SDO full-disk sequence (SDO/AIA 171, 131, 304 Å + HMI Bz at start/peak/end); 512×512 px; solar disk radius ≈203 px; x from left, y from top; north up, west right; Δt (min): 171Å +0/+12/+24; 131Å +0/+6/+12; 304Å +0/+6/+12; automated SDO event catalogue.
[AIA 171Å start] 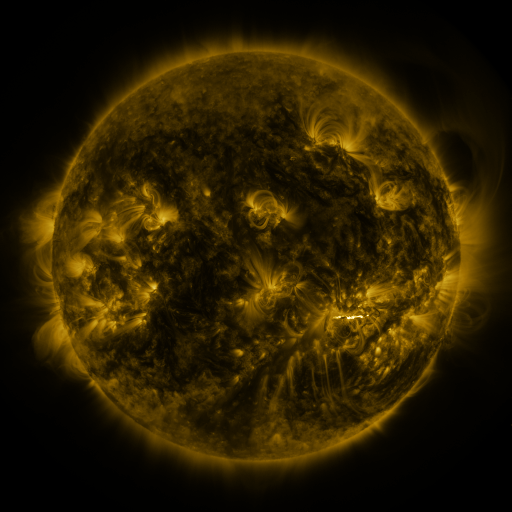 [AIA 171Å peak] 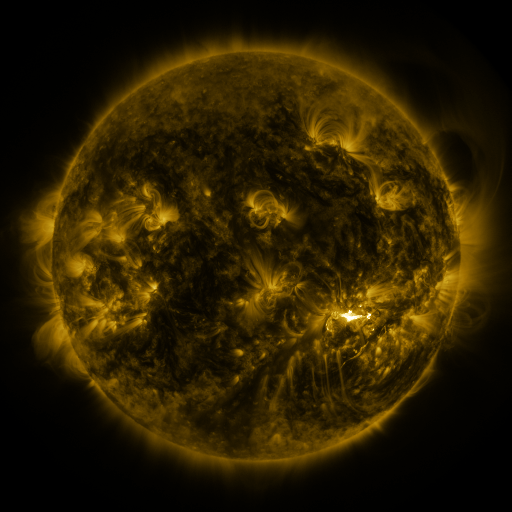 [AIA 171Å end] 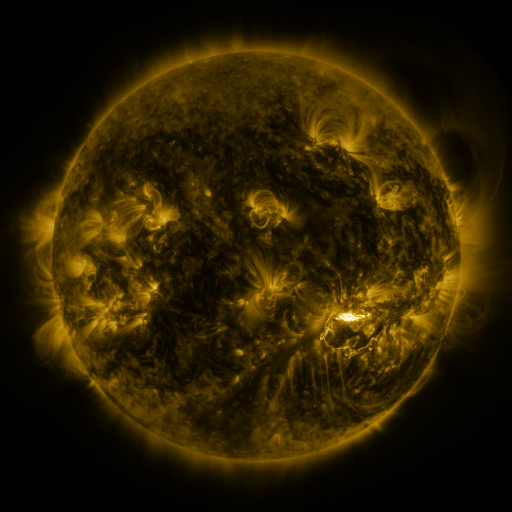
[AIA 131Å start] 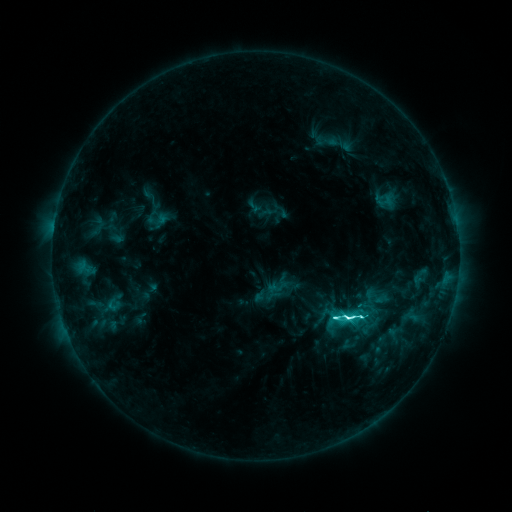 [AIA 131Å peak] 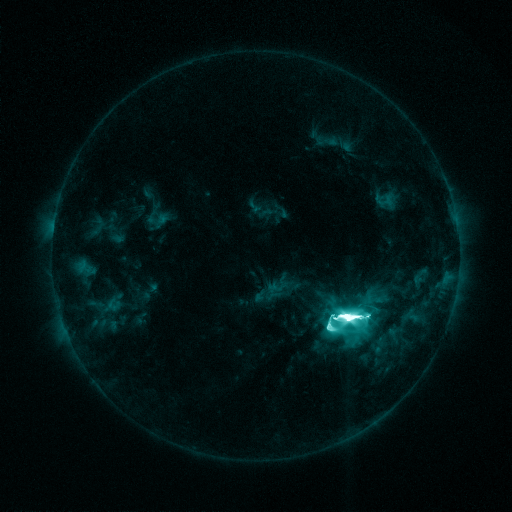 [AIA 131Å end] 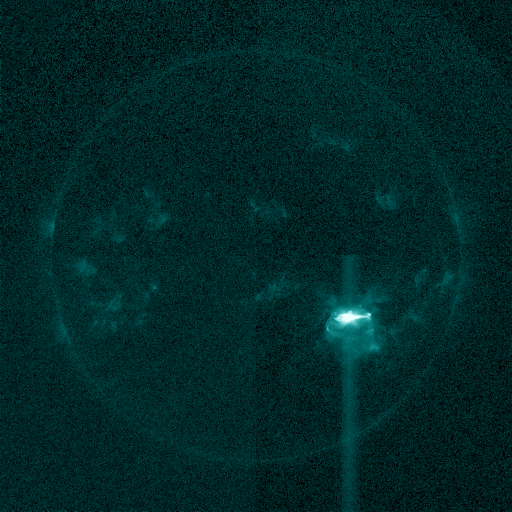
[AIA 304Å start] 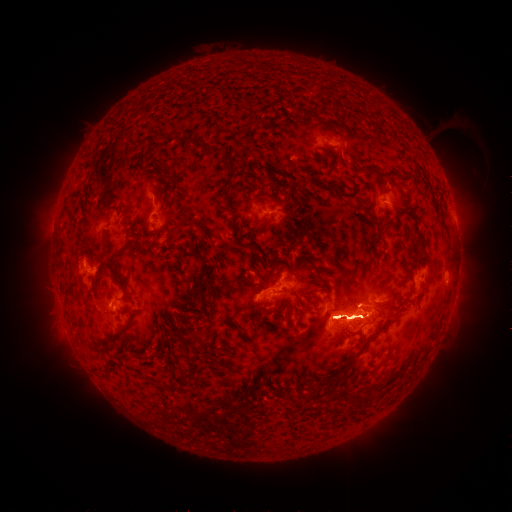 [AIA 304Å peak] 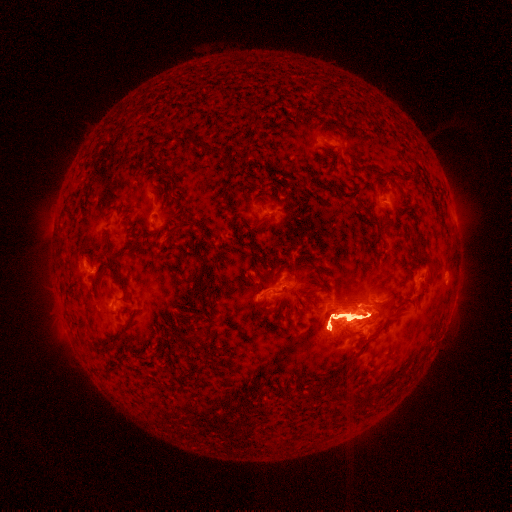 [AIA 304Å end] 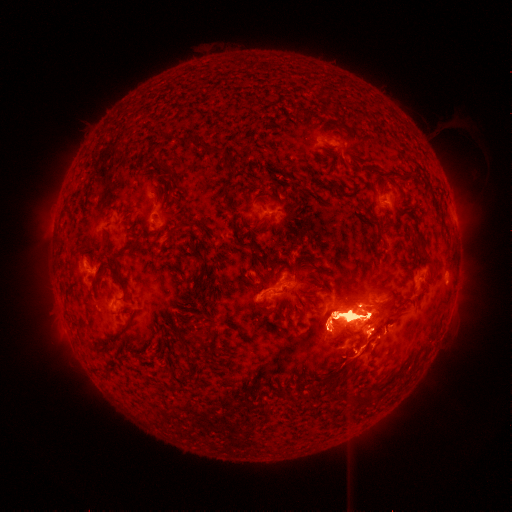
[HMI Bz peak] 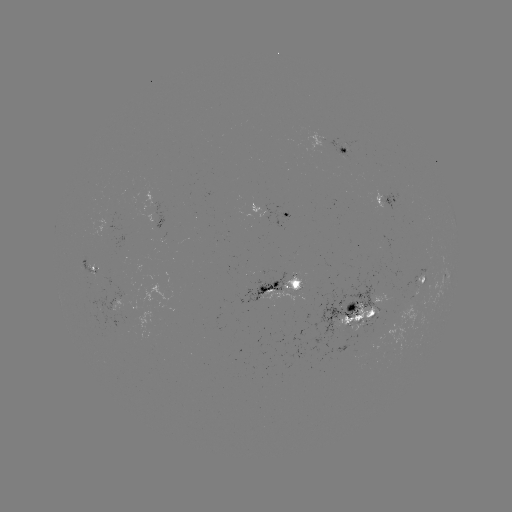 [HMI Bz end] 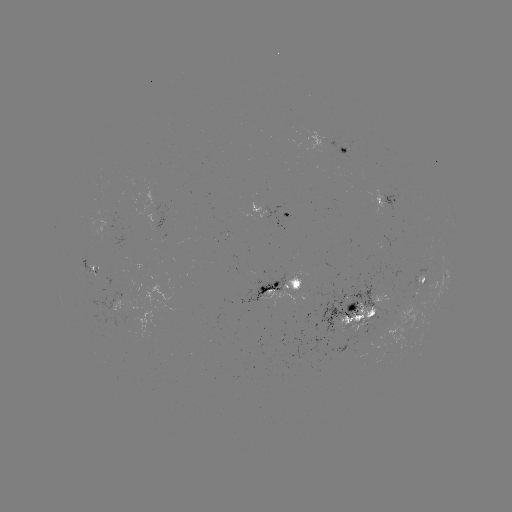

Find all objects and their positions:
eruption: (350, 188)
